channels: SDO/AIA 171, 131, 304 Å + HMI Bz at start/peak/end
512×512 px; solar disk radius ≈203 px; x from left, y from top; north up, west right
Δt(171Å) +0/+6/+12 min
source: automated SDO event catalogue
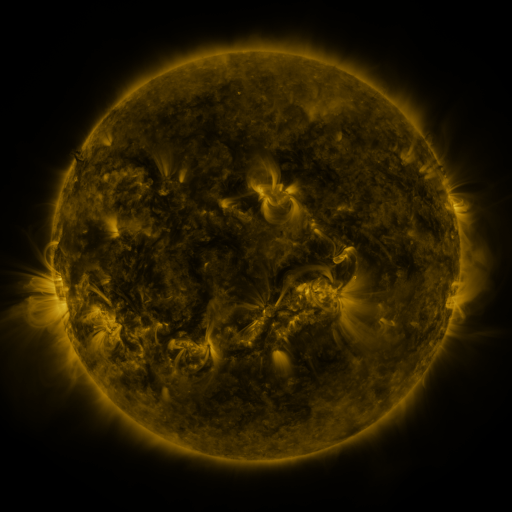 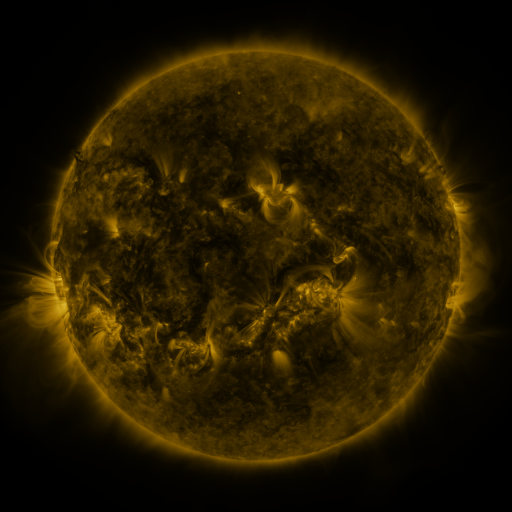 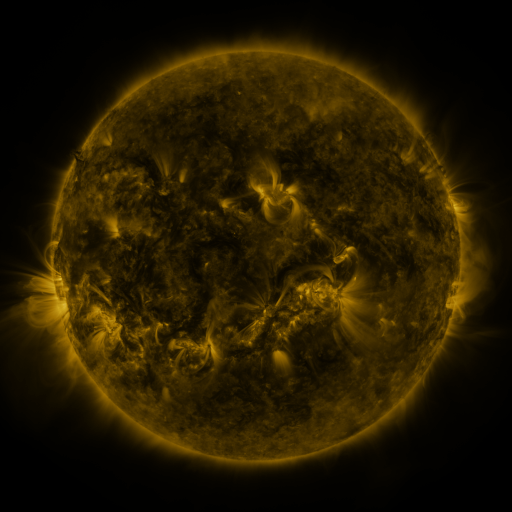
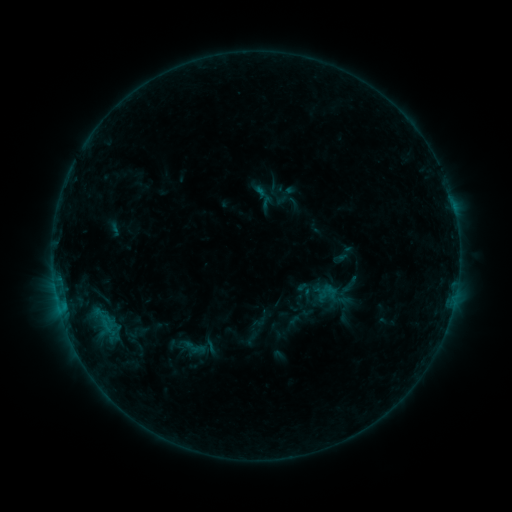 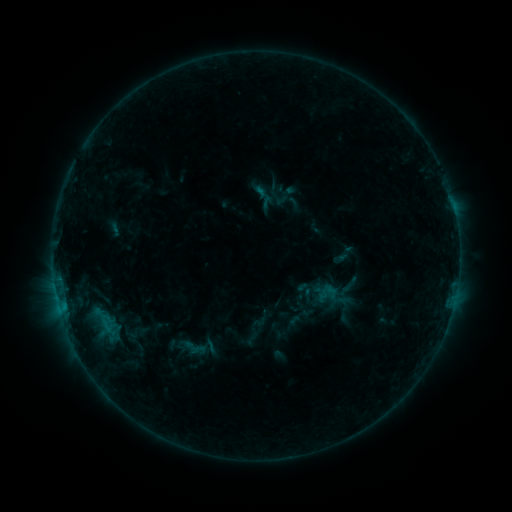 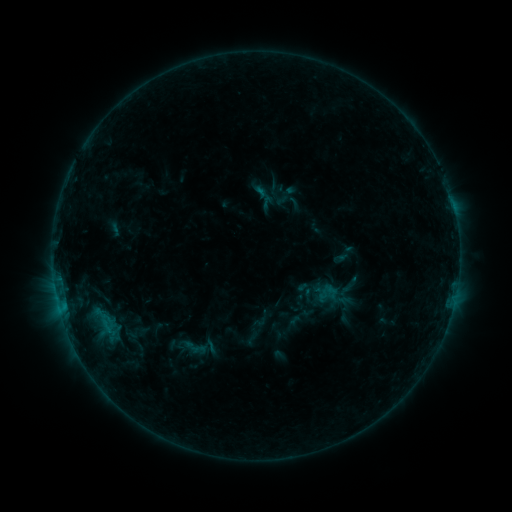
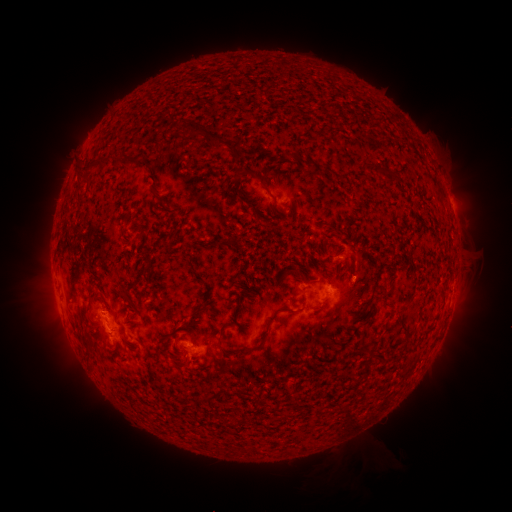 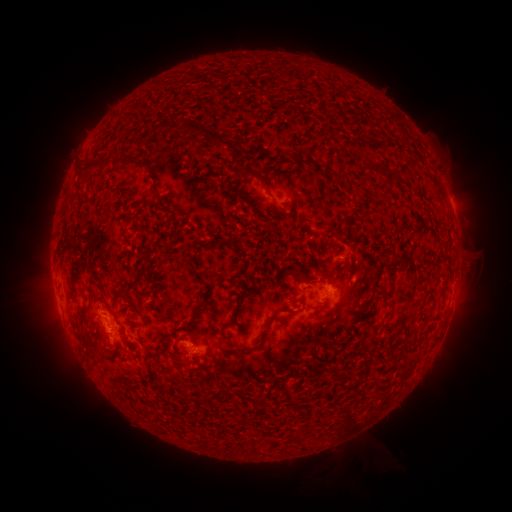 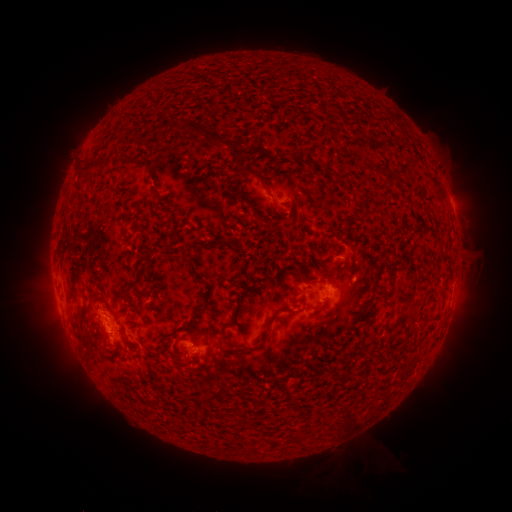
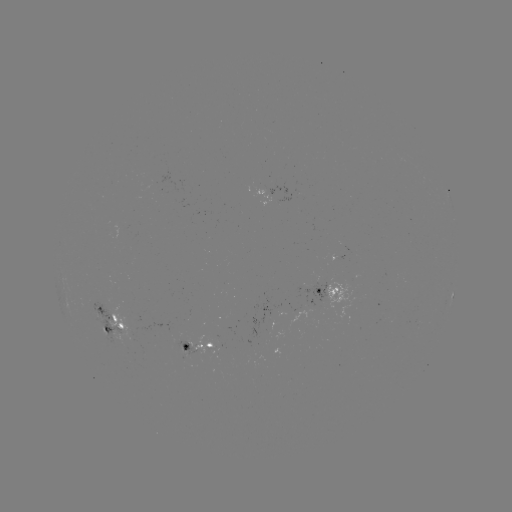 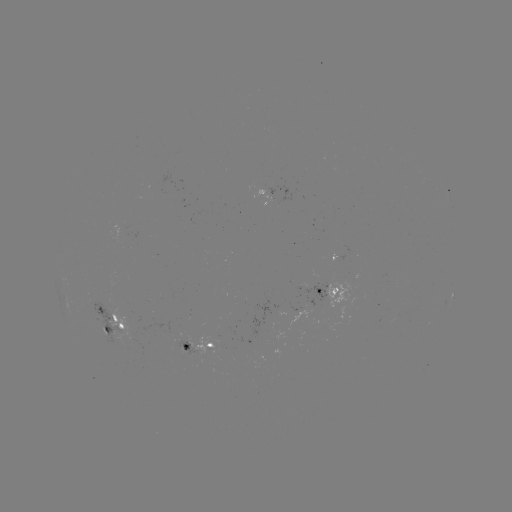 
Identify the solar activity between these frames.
no classed flare was catalogued and no EUV brightening was flagged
